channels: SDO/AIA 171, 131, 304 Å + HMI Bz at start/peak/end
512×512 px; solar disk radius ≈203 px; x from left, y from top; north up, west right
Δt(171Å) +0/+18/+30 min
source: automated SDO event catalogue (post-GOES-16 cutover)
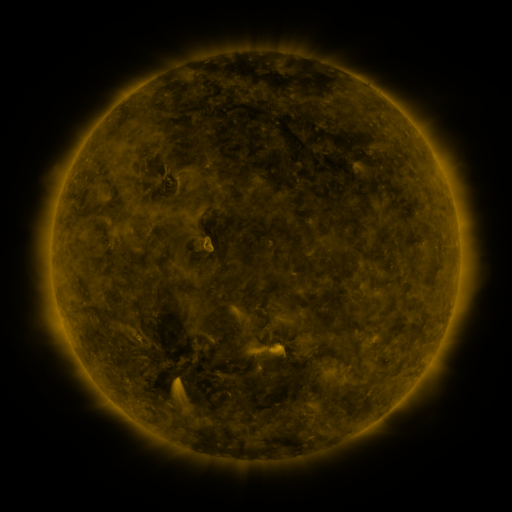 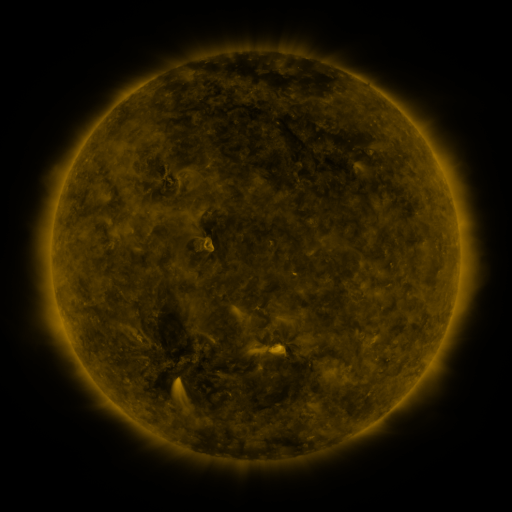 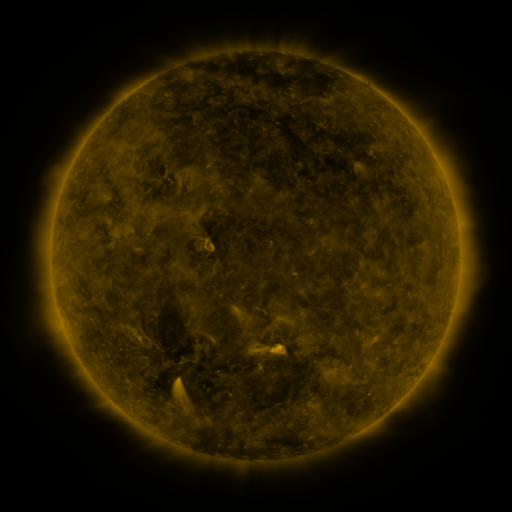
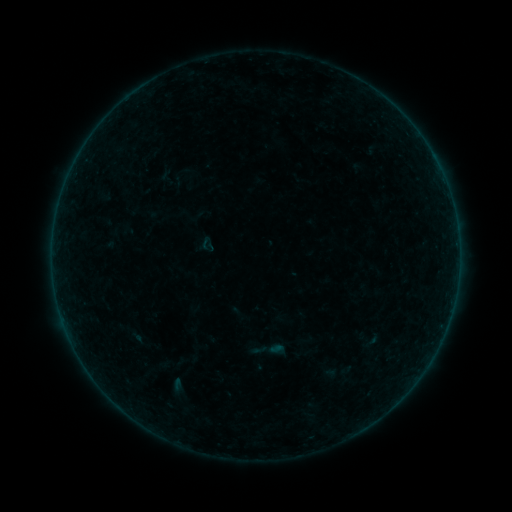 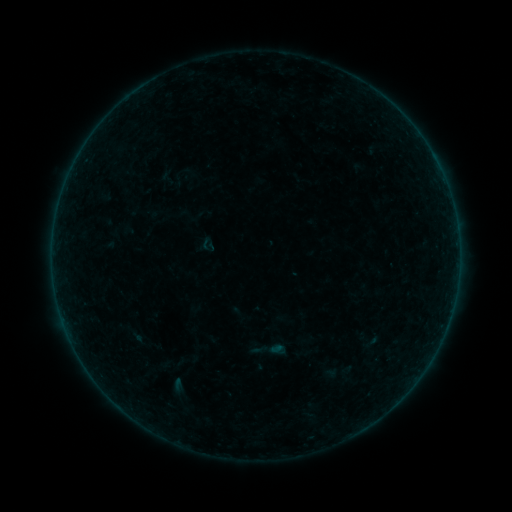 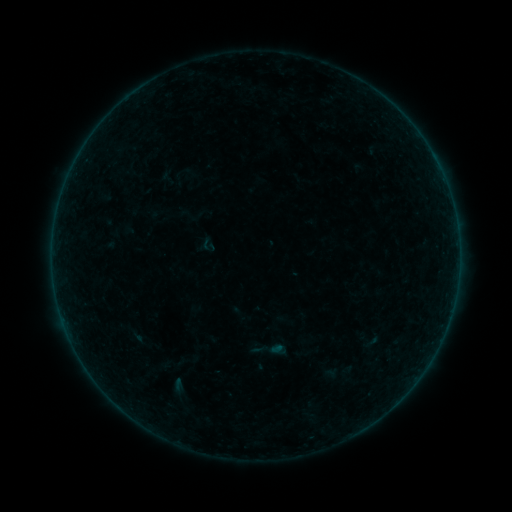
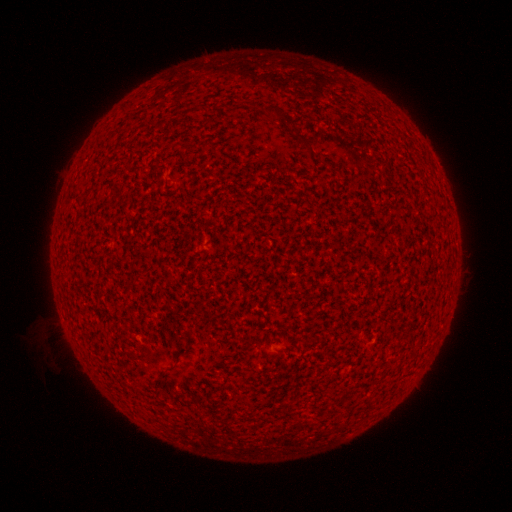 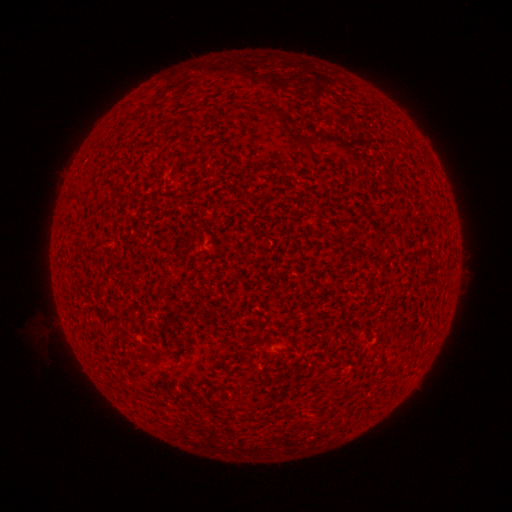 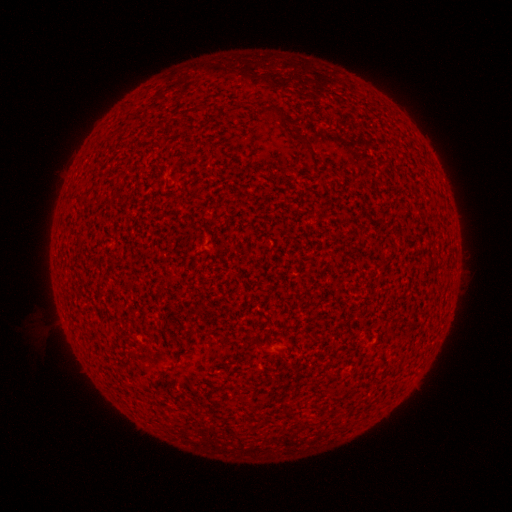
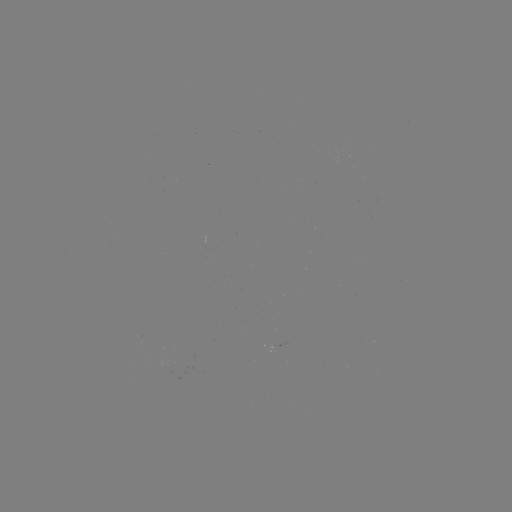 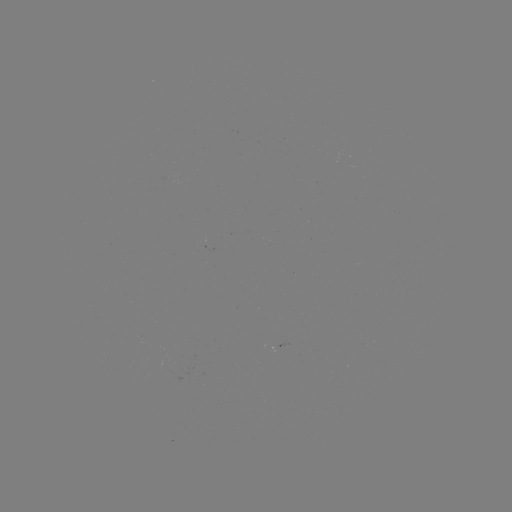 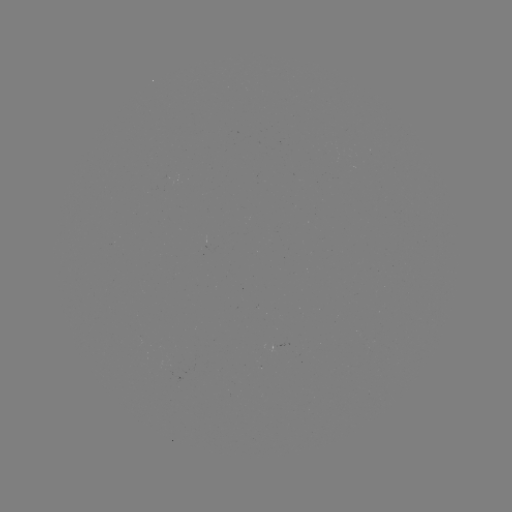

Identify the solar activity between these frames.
A1.4 flare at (275, 346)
